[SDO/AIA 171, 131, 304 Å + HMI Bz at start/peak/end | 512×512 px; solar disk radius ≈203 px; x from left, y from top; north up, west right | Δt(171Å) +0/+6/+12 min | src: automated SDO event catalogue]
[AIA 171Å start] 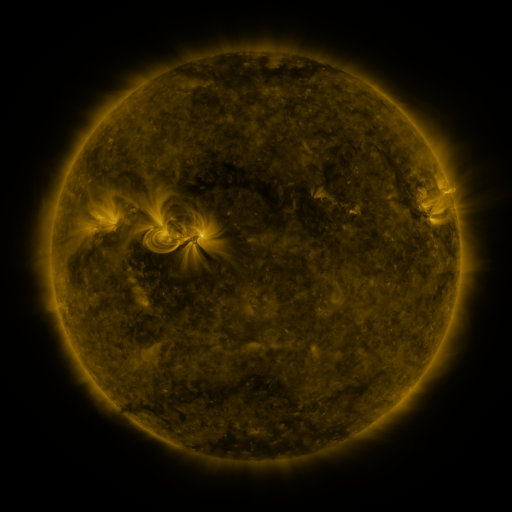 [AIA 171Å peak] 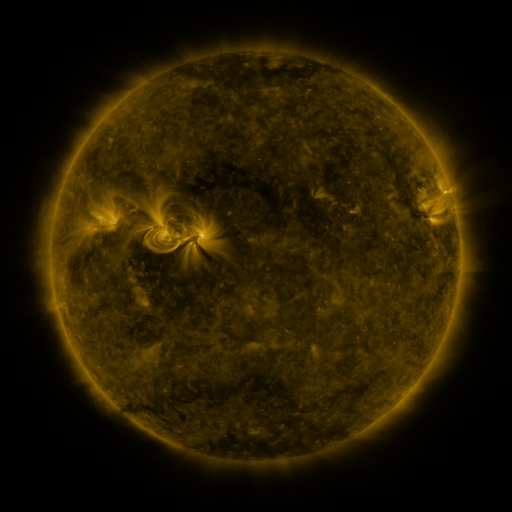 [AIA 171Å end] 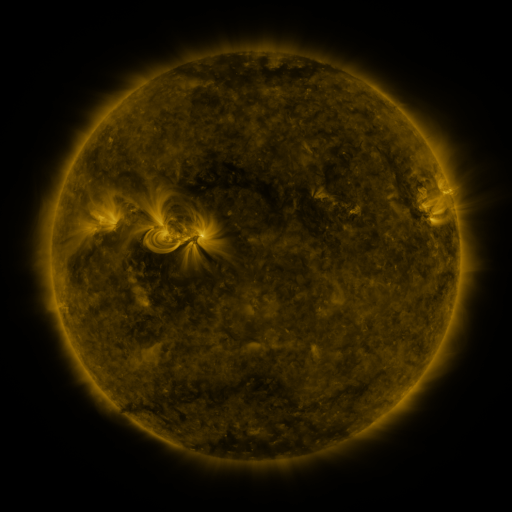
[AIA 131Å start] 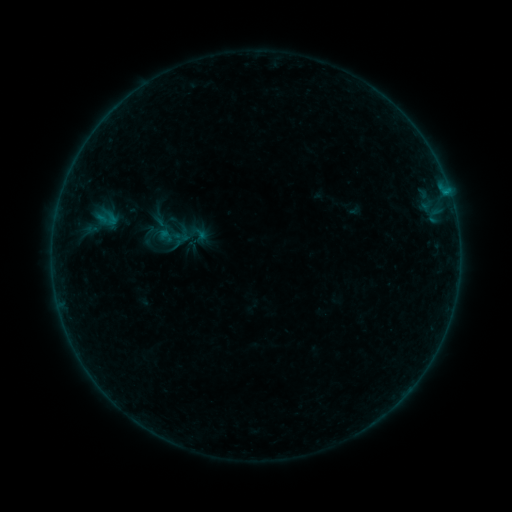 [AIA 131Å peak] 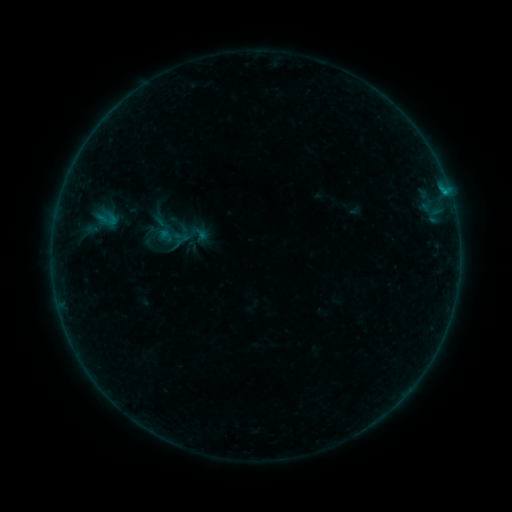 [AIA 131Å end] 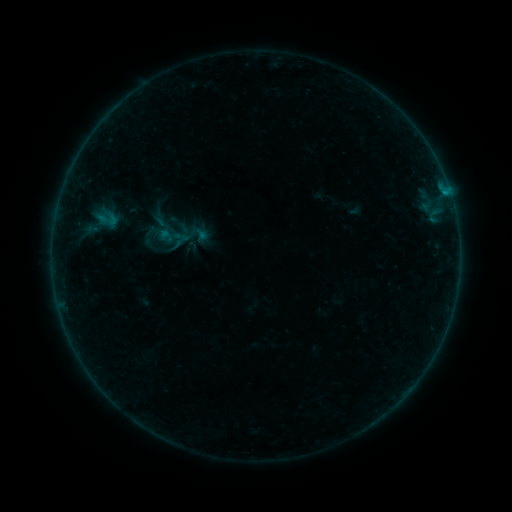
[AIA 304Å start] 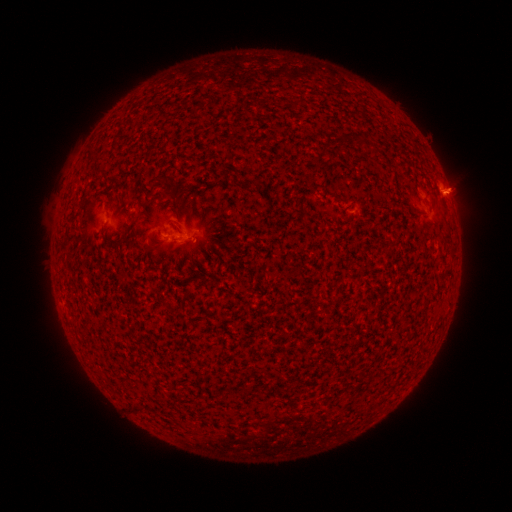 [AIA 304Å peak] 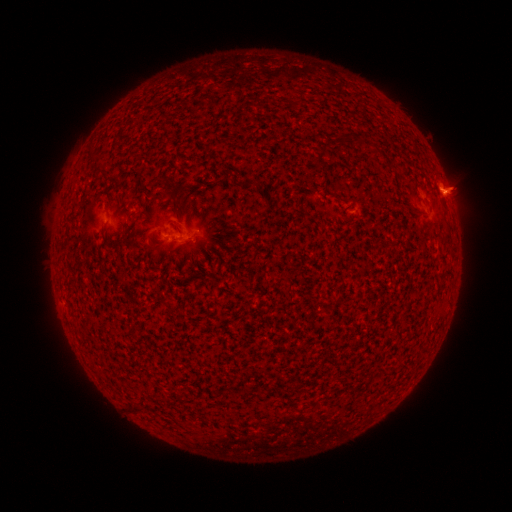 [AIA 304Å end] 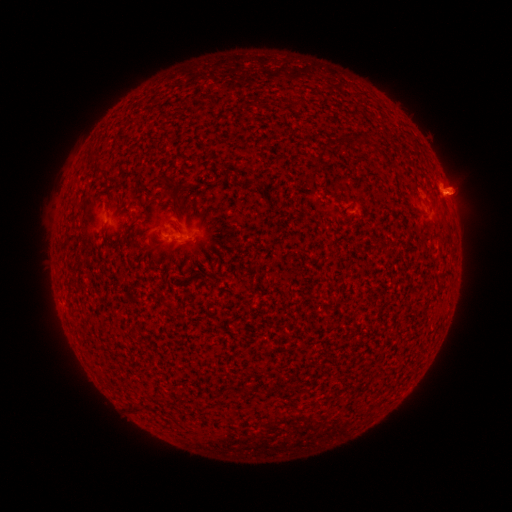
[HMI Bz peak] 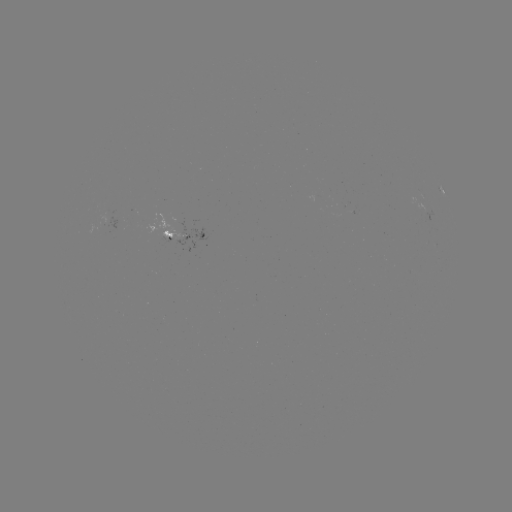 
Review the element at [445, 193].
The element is B3.6 flare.